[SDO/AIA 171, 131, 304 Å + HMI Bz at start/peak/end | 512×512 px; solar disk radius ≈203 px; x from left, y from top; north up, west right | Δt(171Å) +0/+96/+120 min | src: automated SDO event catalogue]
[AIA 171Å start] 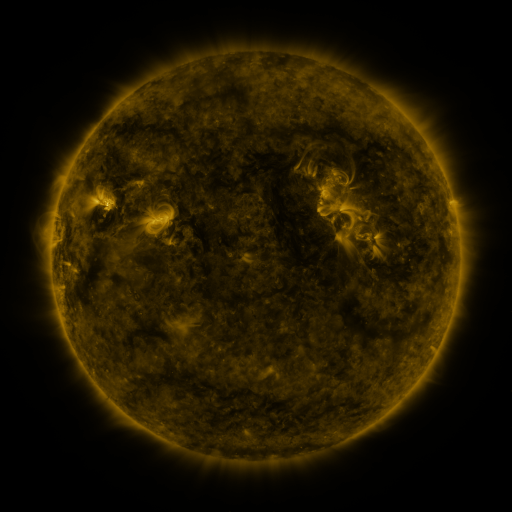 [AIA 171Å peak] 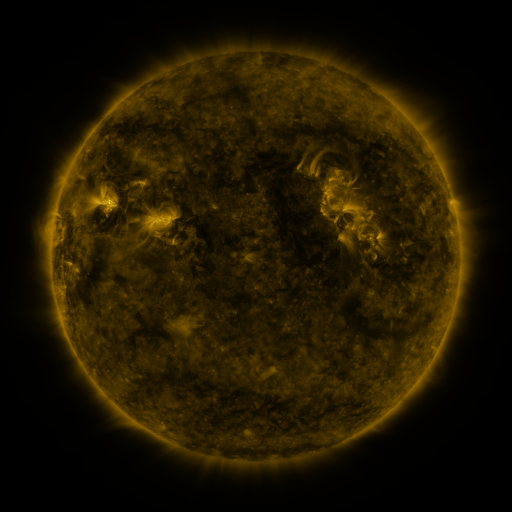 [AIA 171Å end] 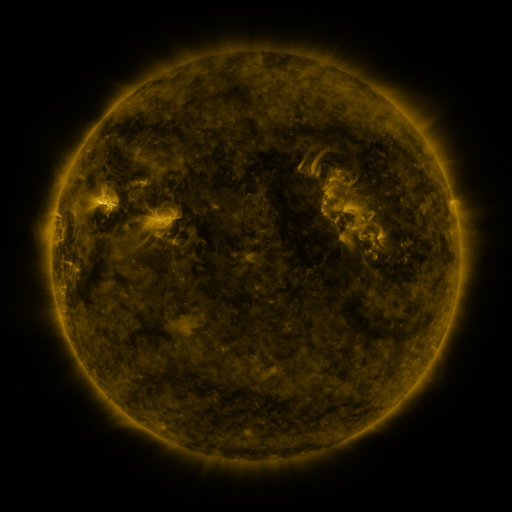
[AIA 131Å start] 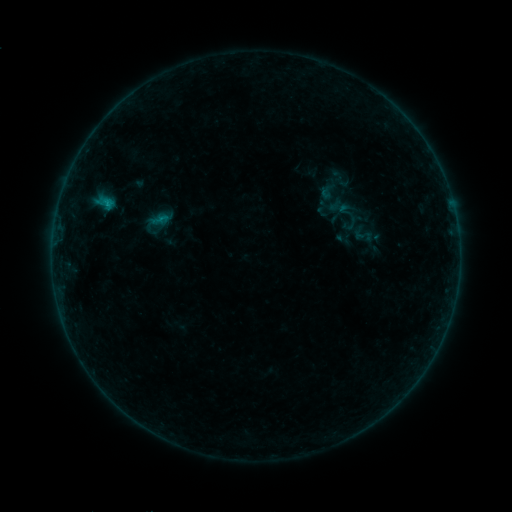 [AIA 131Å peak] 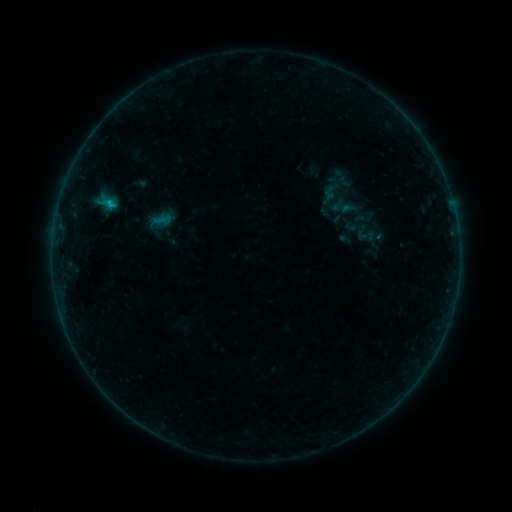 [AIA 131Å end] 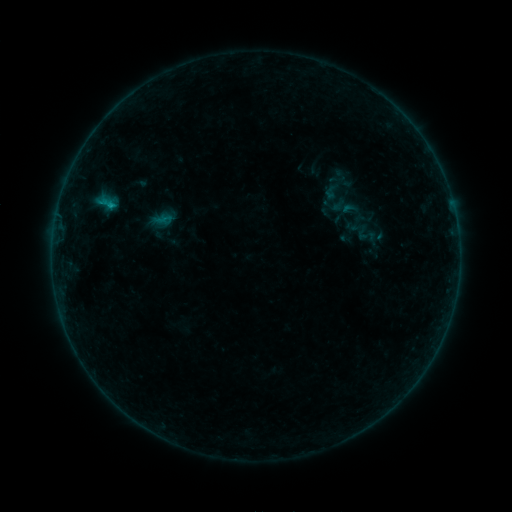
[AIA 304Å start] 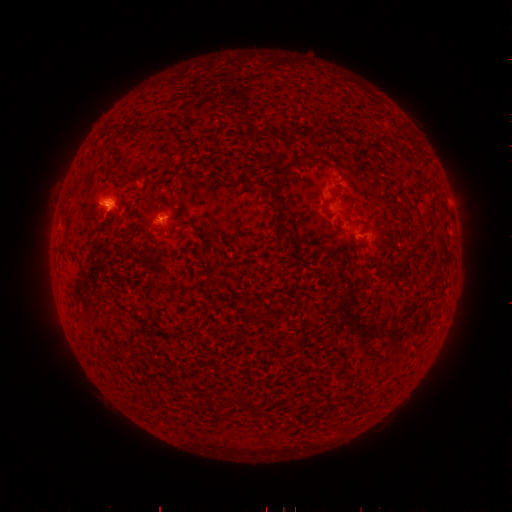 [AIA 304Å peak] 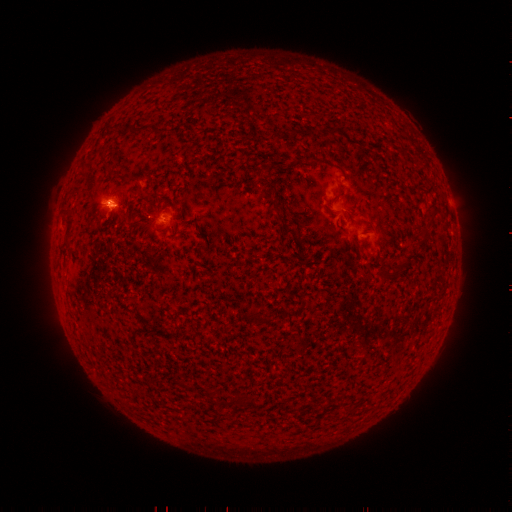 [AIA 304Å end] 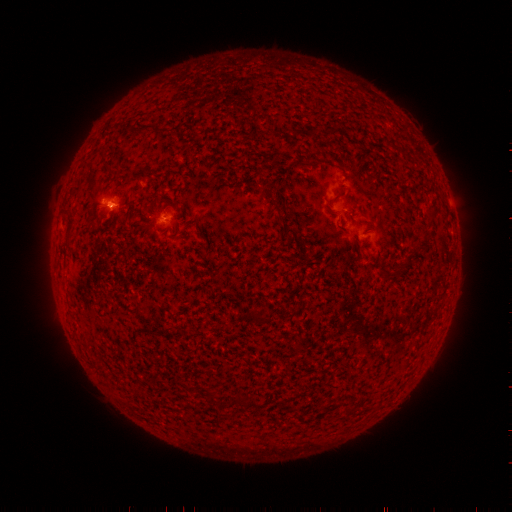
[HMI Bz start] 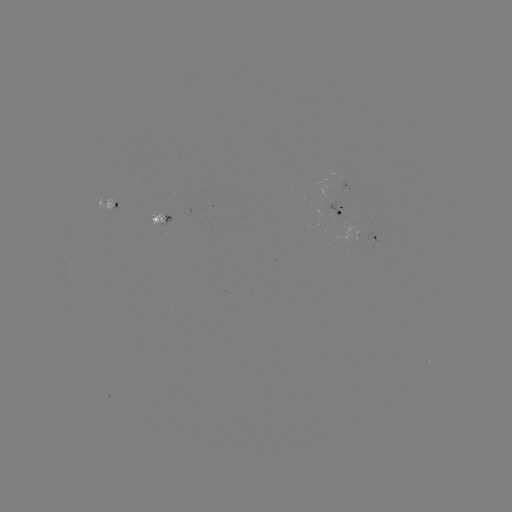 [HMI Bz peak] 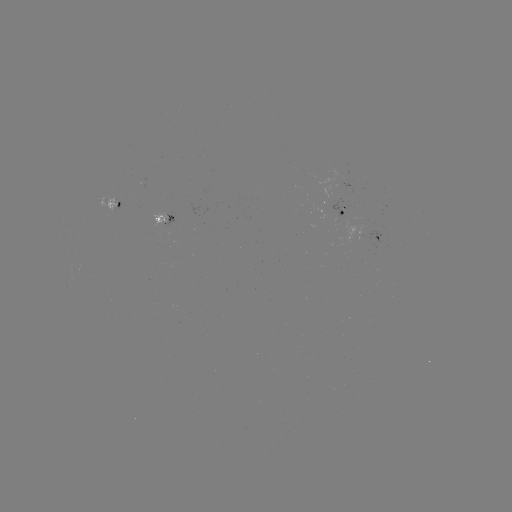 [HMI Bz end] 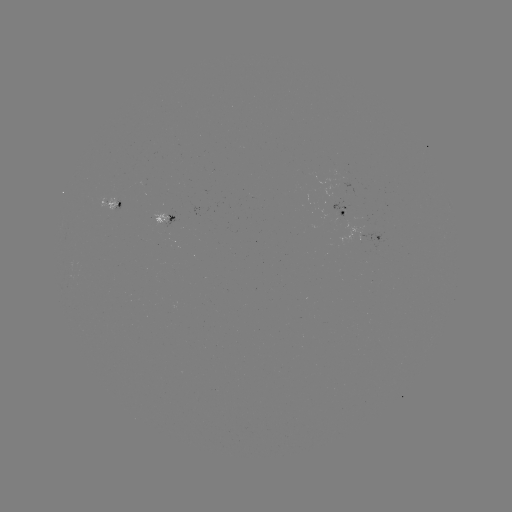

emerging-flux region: (95, 197, 115, 211)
